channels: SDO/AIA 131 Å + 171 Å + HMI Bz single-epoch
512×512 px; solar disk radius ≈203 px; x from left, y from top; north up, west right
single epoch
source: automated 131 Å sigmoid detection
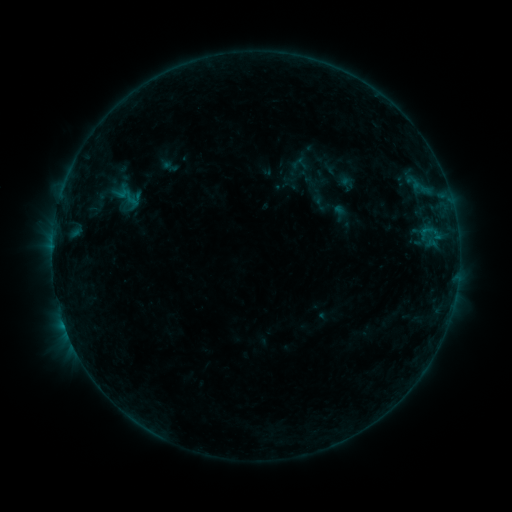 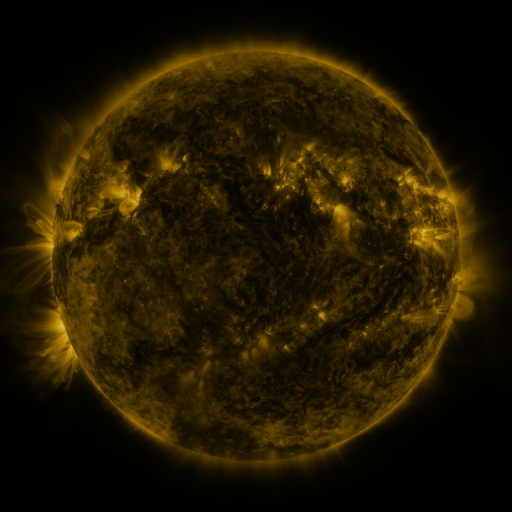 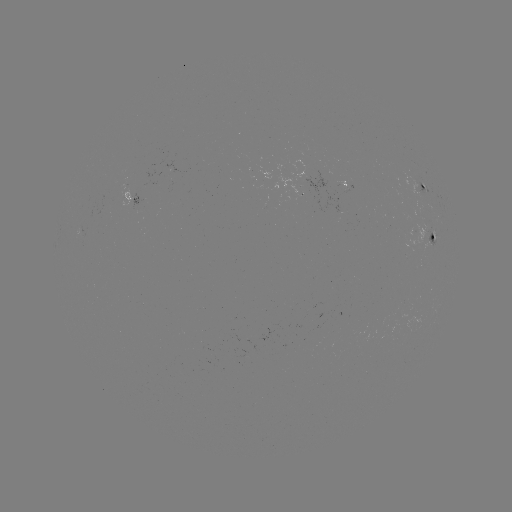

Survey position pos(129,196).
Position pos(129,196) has sigmoid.